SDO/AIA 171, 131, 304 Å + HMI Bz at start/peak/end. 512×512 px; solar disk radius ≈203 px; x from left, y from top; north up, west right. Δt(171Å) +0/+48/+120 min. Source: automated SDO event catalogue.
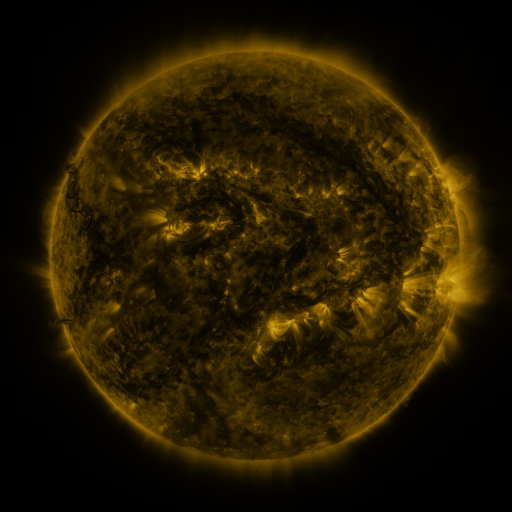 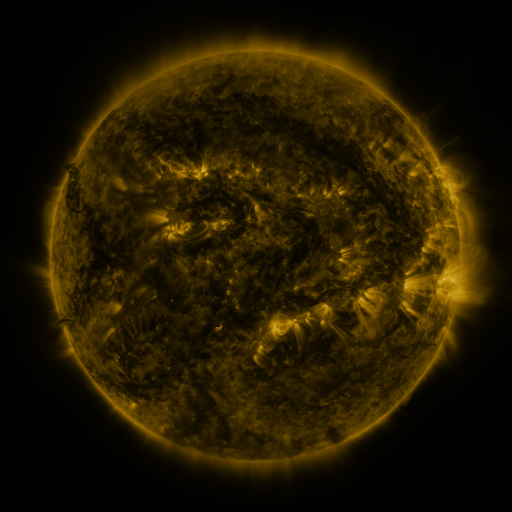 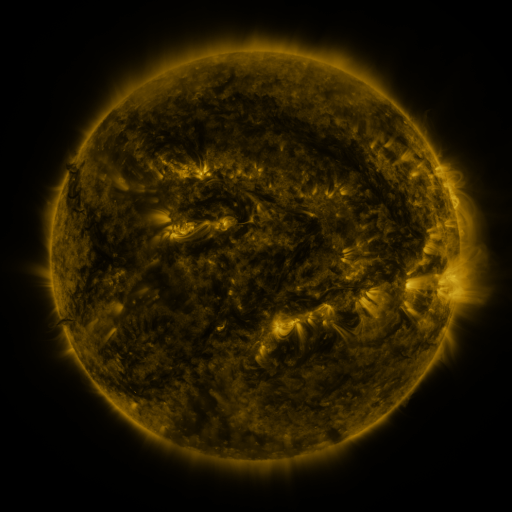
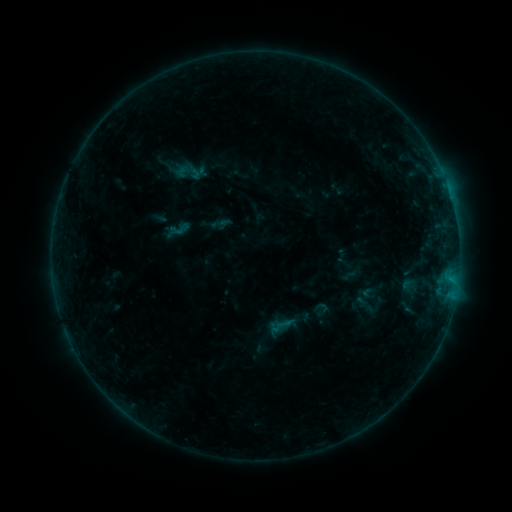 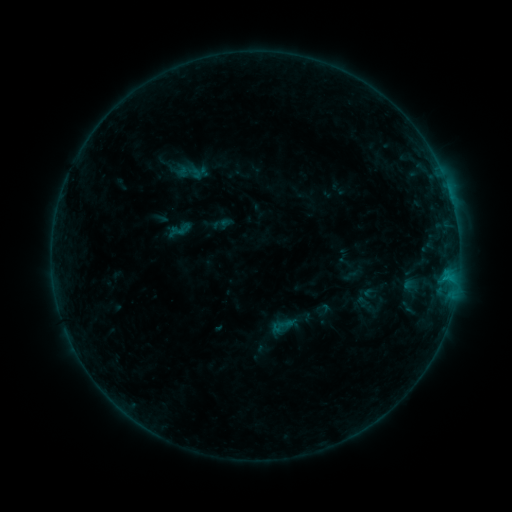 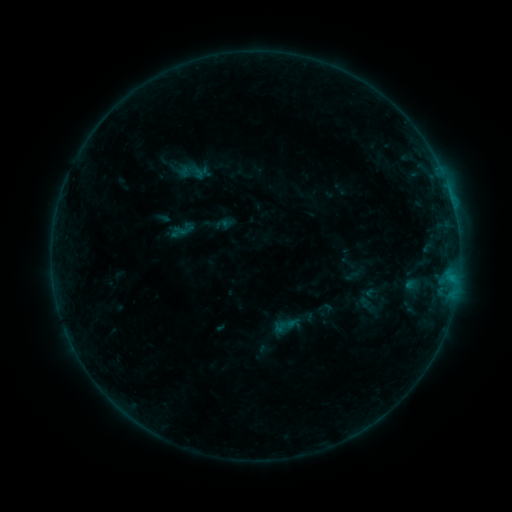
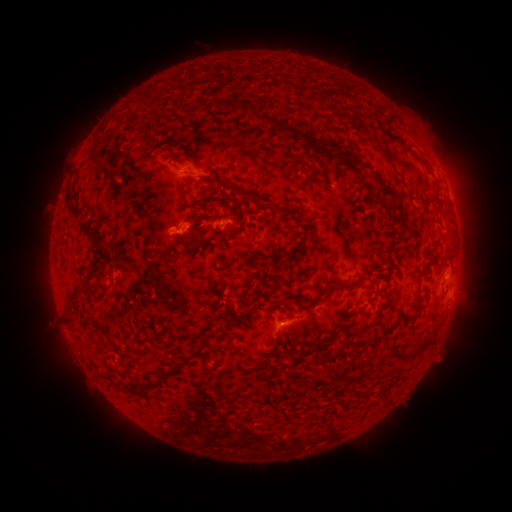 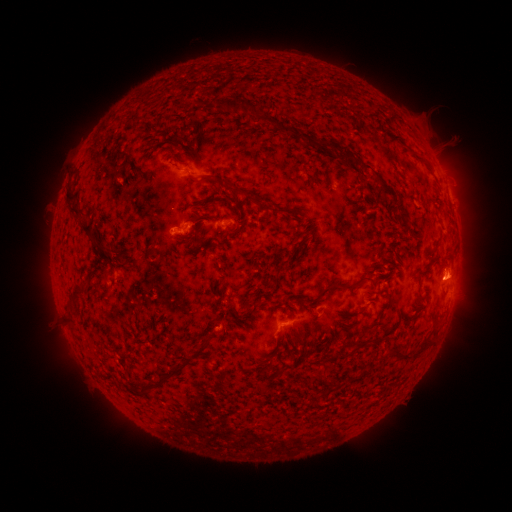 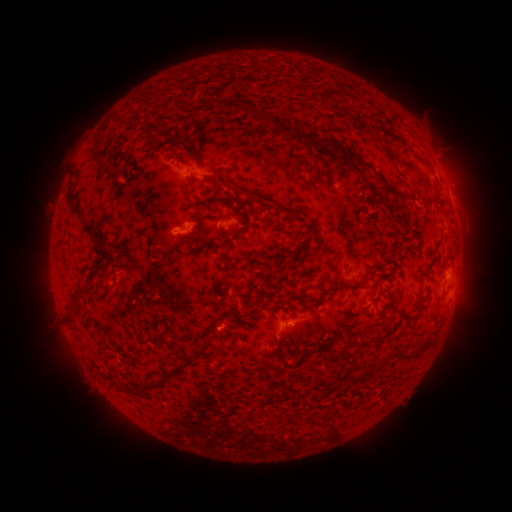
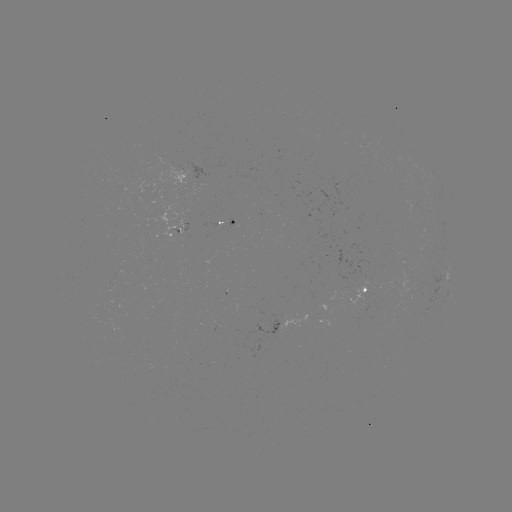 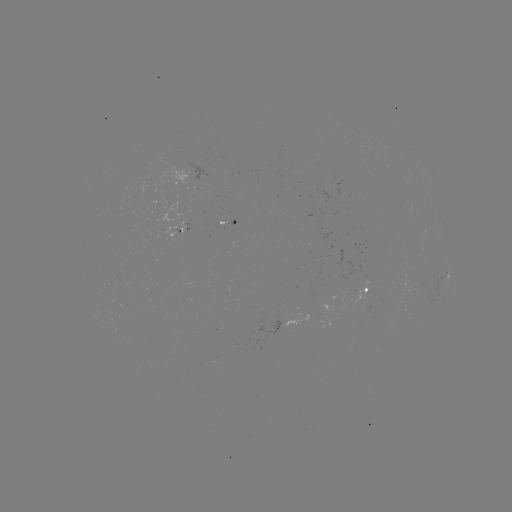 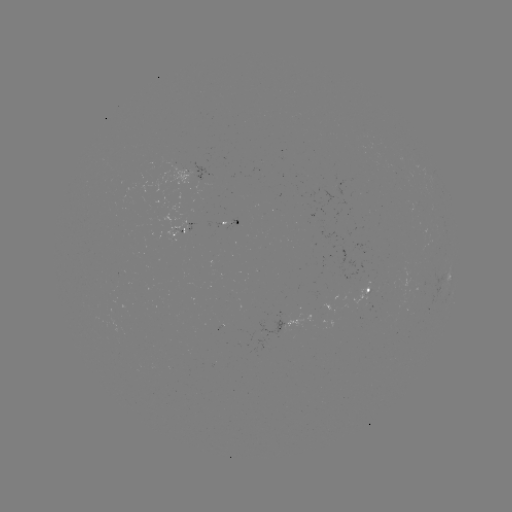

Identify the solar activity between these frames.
B4.5 flare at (444, 274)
